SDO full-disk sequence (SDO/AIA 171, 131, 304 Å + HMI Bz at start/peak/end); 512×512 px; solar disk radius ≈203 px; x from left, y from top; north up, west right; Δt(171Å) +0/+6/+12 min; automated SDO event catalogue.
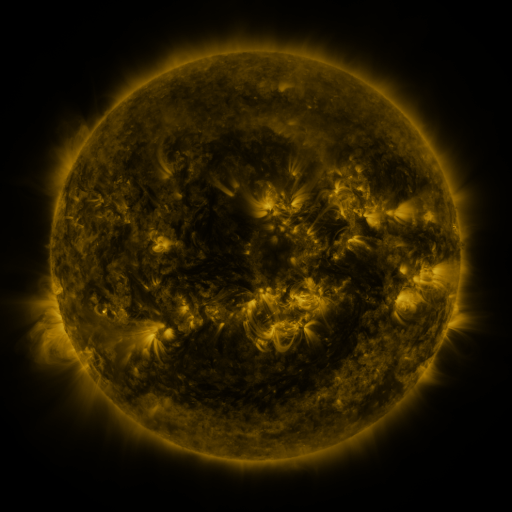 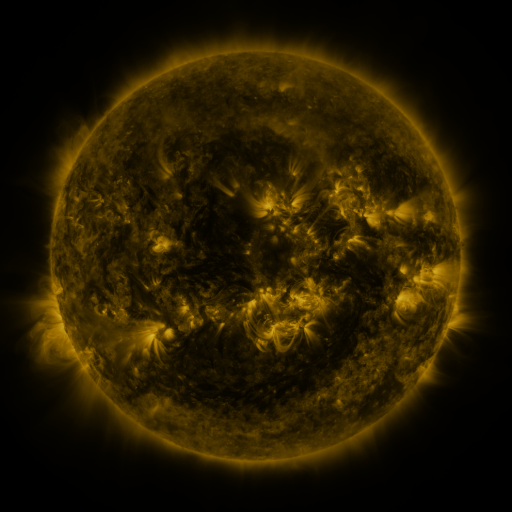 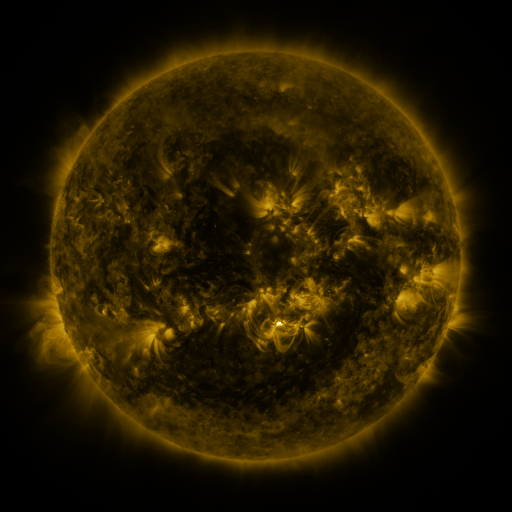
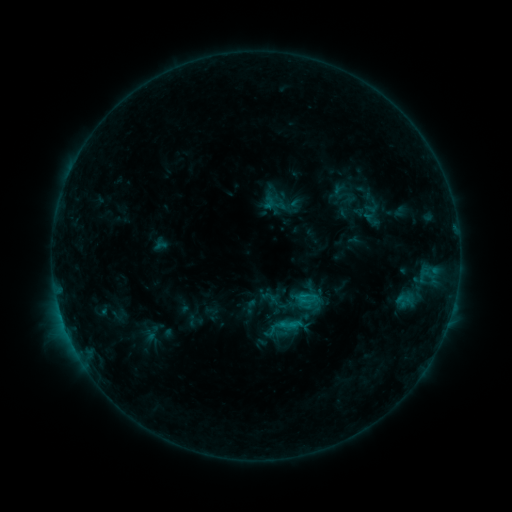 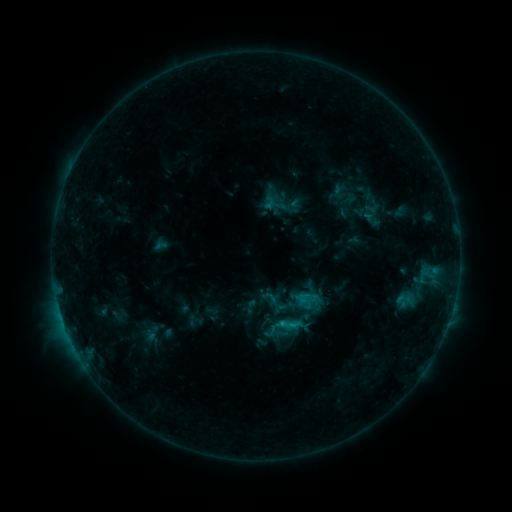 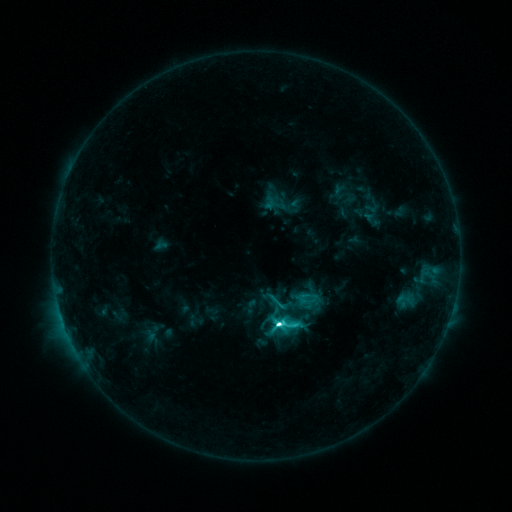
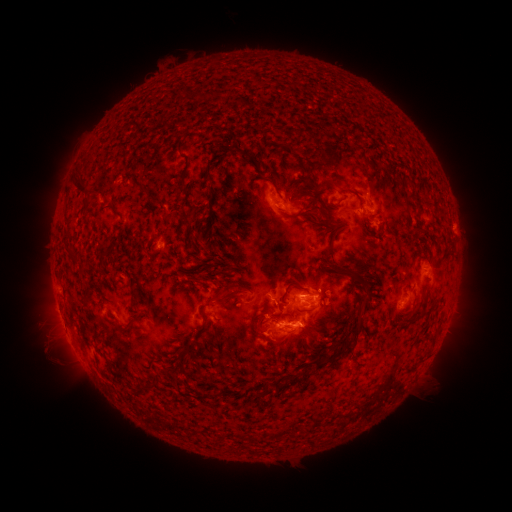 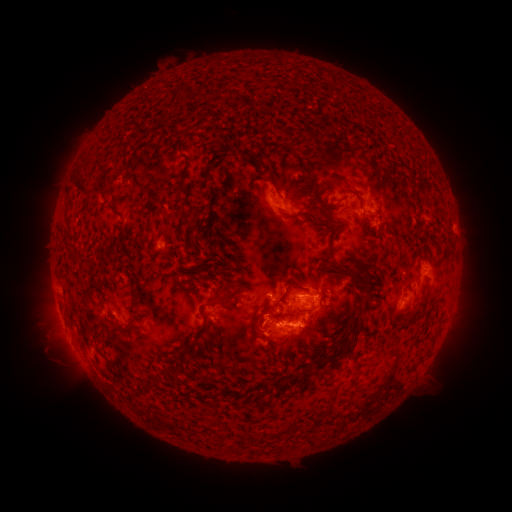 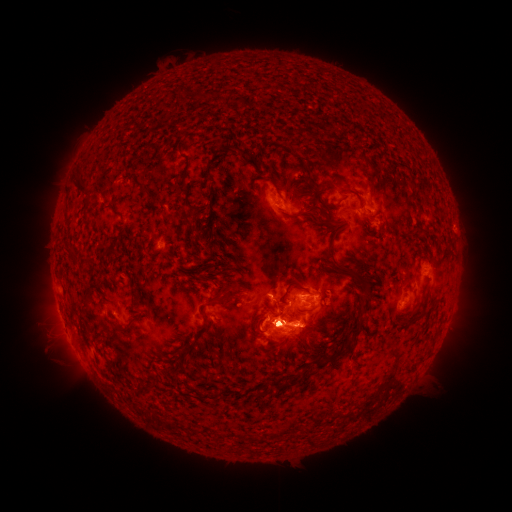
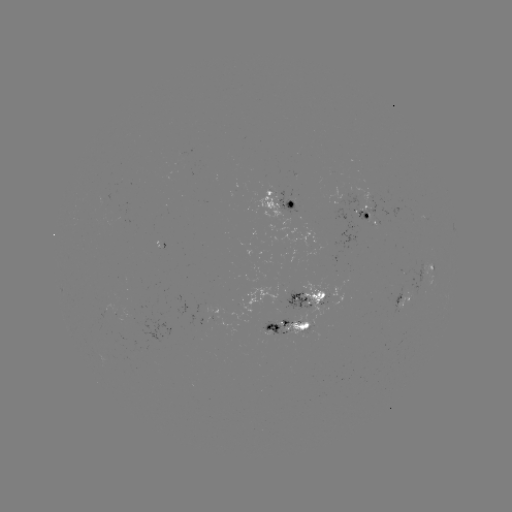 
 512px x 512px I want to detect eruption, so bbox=[219, 297, 336, 402].